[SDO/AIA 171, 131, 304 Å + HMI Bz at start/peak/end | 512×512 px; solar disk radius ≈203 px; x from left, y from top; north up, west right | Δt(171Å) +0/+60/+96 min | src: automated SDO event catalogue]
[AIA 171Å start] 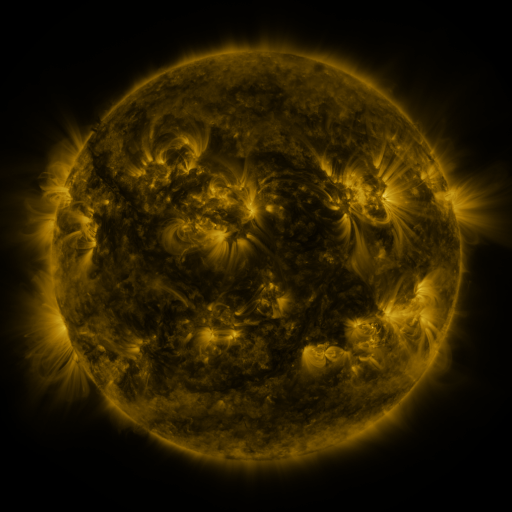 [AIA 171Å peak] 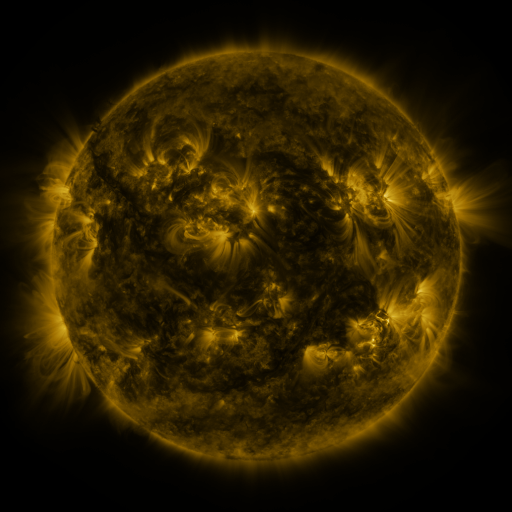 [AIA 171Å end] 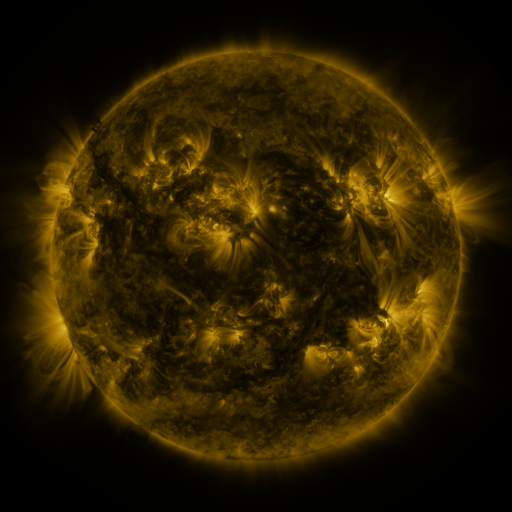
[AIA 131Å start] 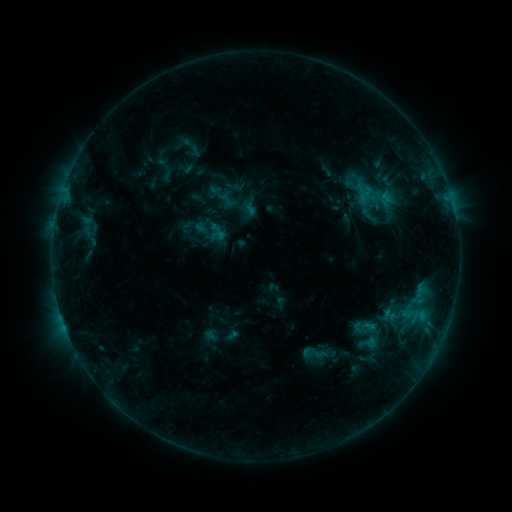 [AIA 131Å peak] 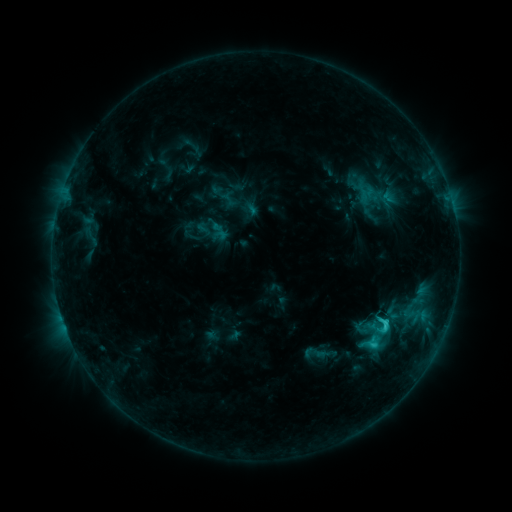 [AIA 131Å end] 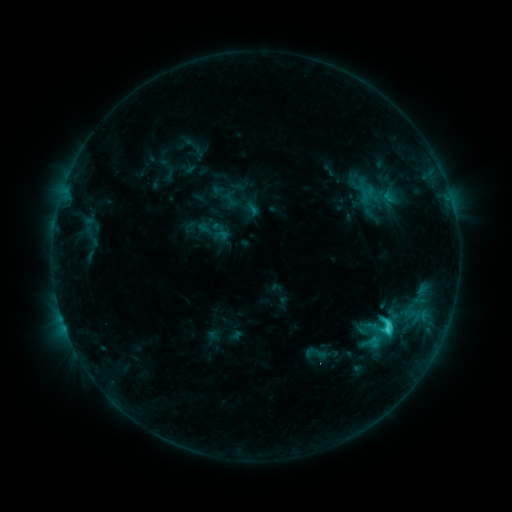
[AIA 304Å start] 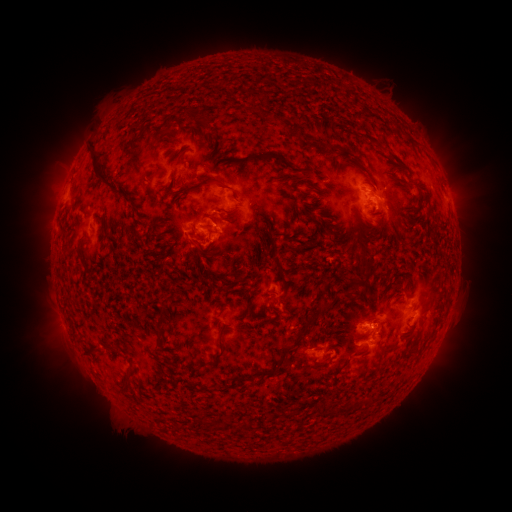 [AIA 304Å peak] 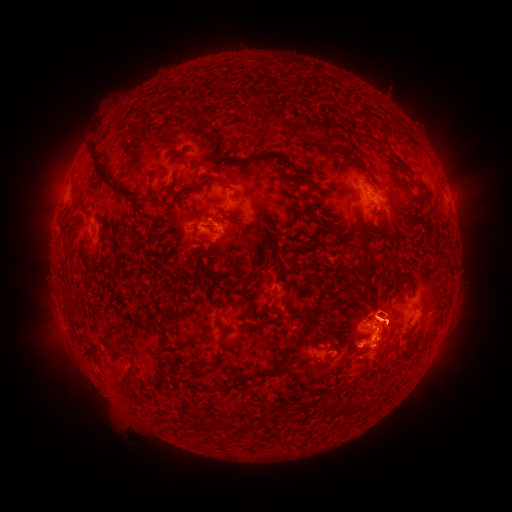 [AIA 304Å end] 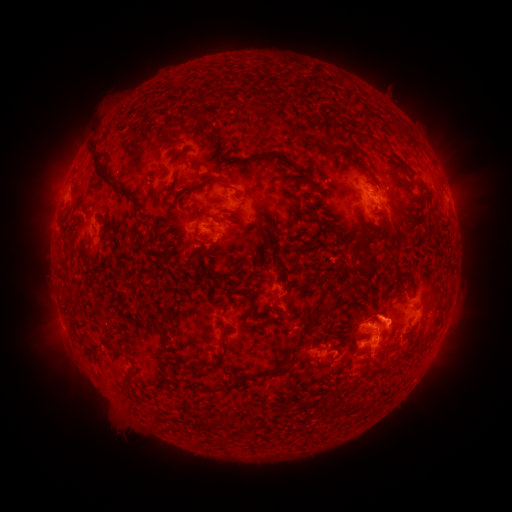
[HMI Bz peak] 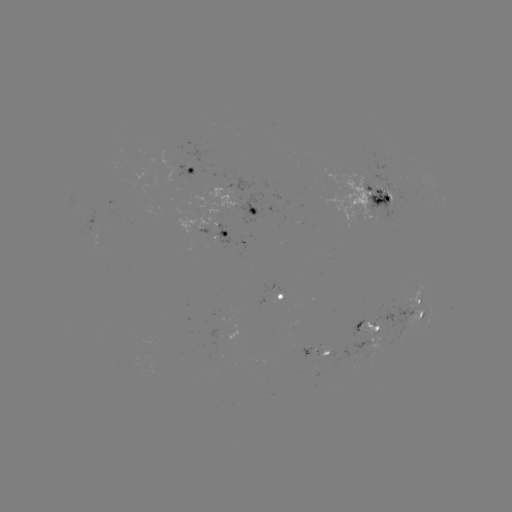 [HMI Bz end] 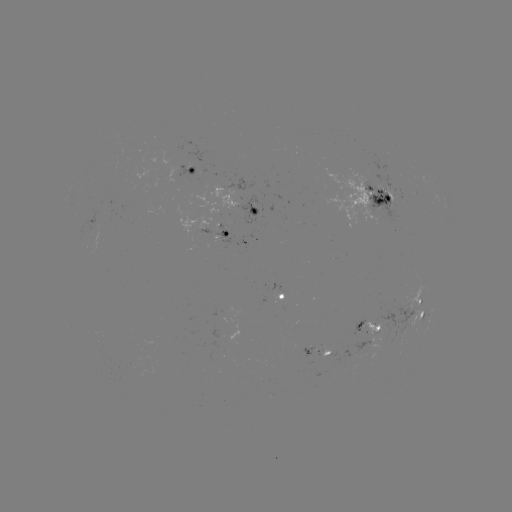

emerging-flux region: (353, 355, 365, 358)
